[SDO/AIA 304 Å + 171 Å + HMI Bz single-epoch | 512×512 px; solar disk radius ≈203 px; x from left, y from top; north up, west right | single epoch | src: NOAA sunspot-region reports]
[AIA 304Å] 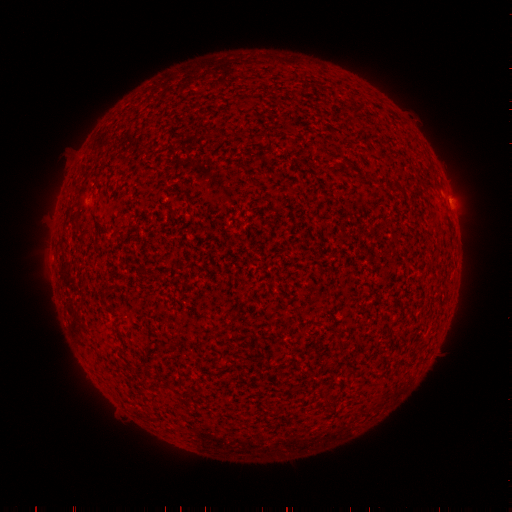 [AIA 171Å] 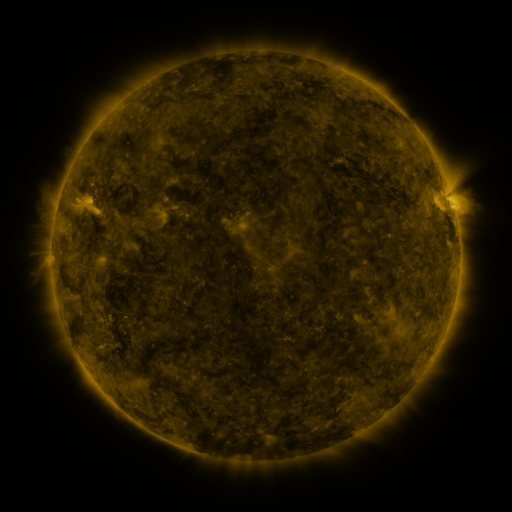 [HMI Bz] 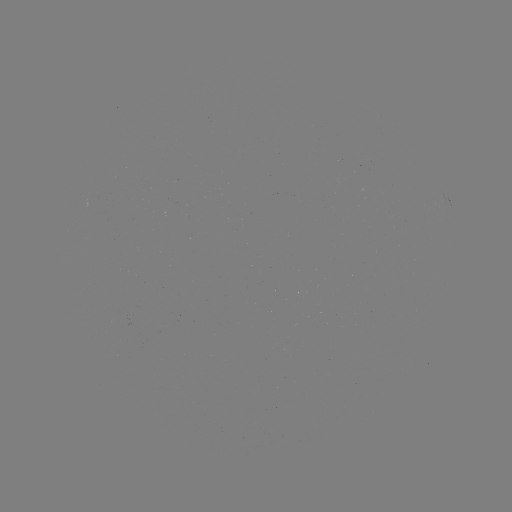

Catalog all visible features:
(none)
